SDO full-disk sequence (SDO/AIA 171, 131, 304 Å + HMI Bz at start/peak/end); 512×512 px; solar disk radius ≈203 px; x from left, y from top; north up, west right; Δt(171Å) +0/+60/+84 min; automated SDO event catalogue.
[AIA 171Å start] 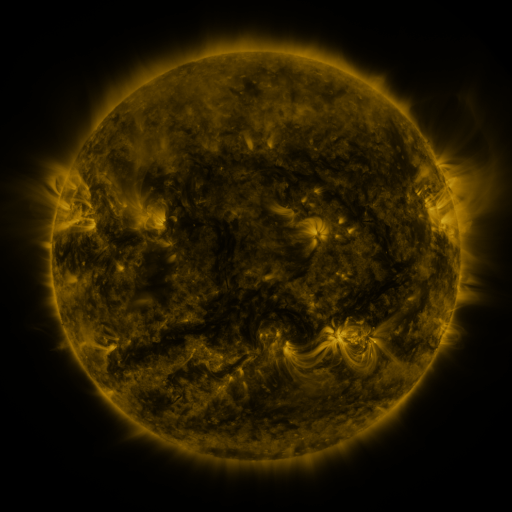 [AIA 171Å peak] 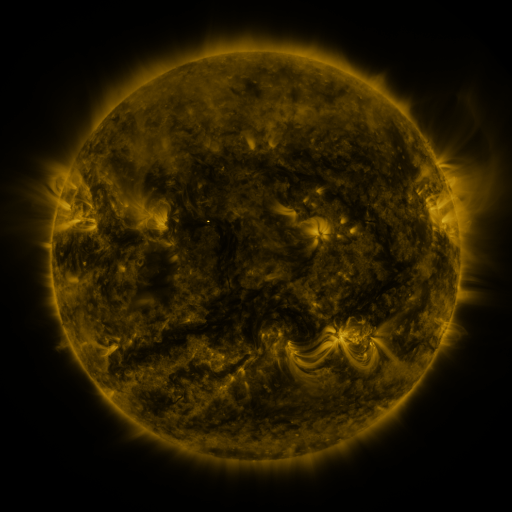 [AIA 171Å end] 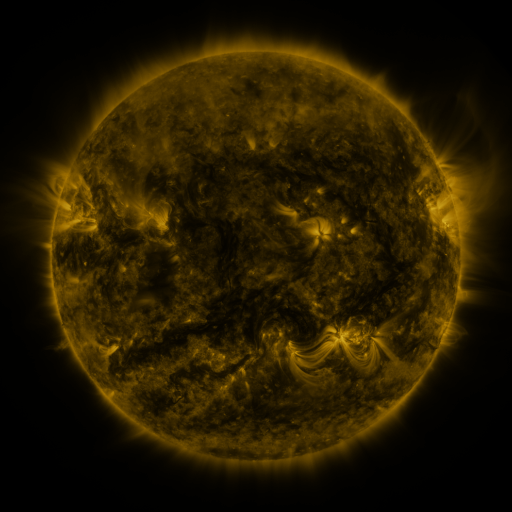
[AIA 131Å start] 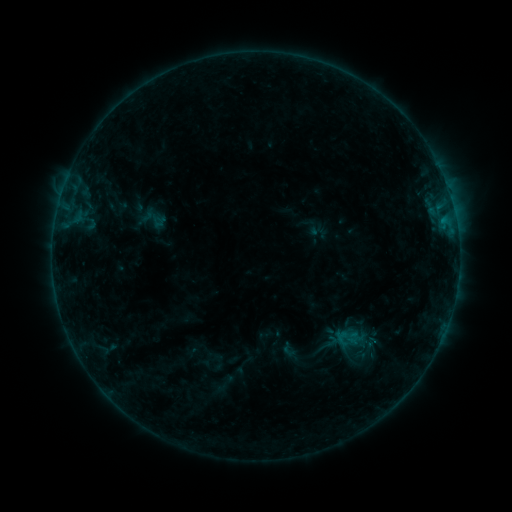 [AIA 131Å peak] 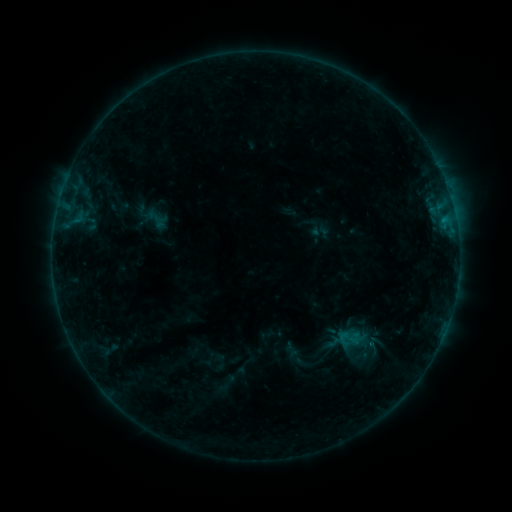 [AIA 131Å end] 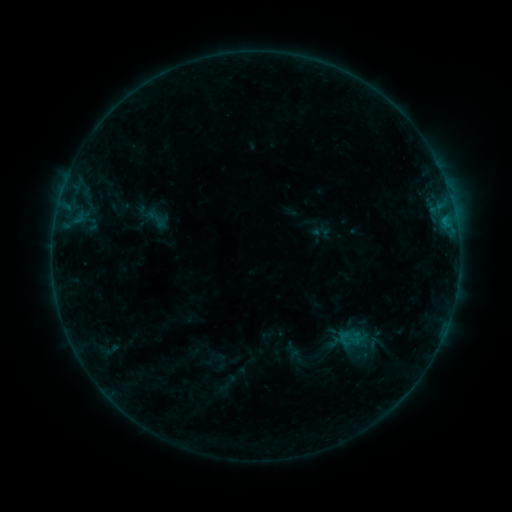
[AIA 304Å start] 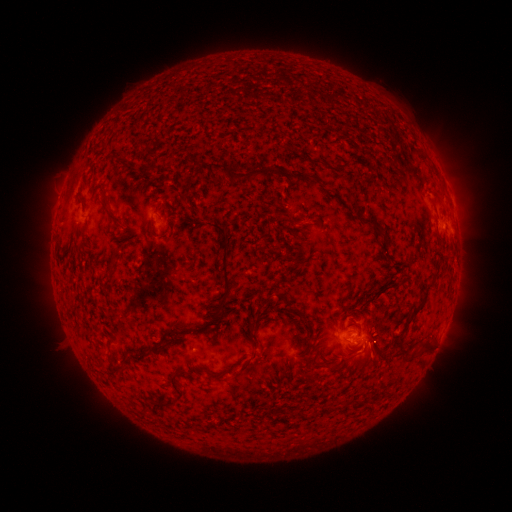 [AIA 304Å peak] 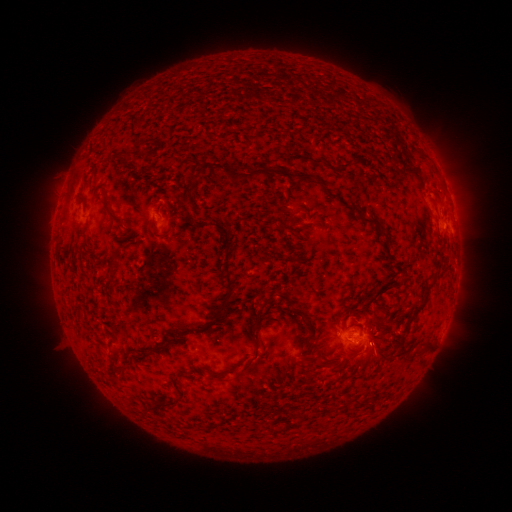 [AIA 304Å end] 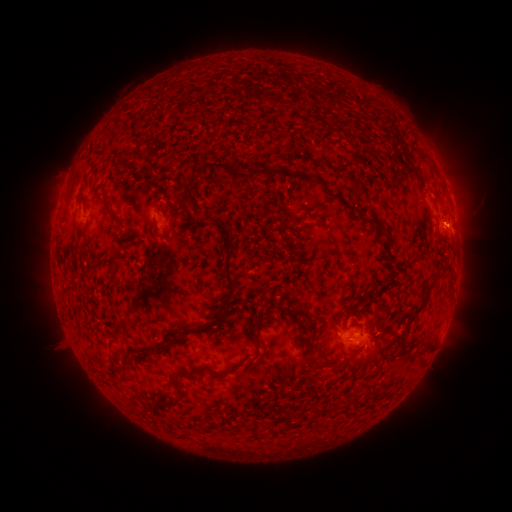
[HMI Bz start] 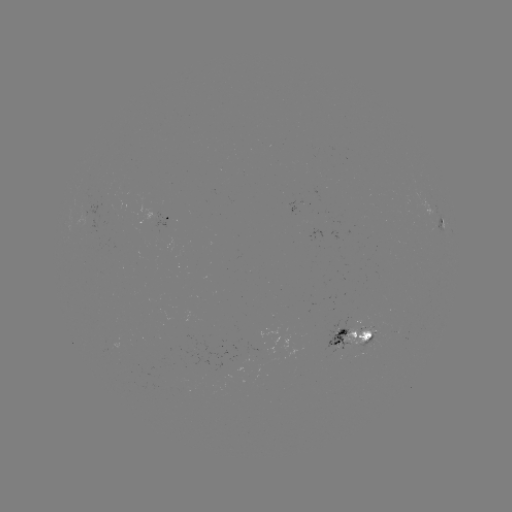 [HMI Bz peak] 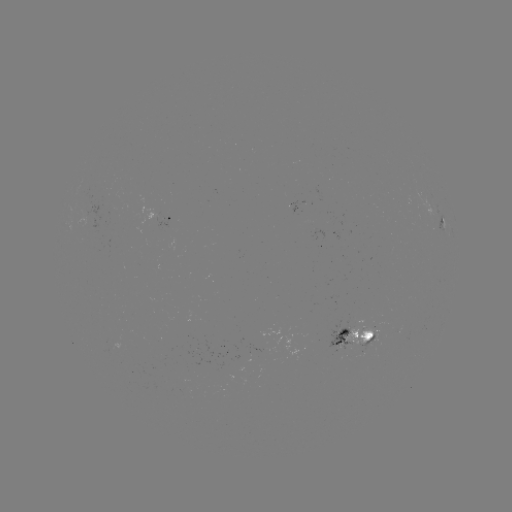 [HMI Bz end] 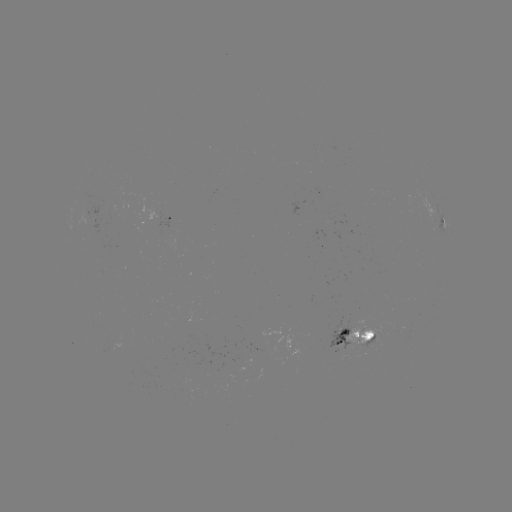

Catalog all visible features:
emerging-flux region: (357, 324)
